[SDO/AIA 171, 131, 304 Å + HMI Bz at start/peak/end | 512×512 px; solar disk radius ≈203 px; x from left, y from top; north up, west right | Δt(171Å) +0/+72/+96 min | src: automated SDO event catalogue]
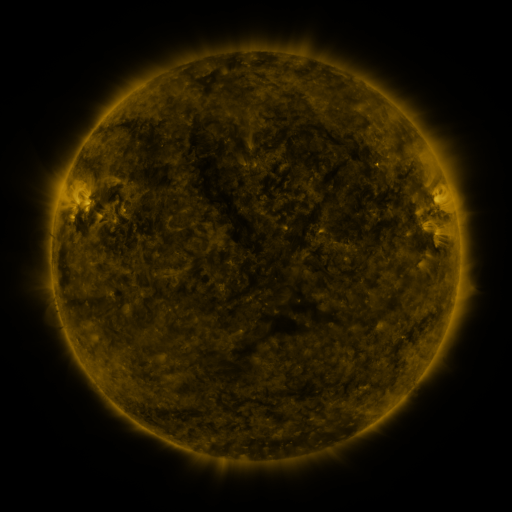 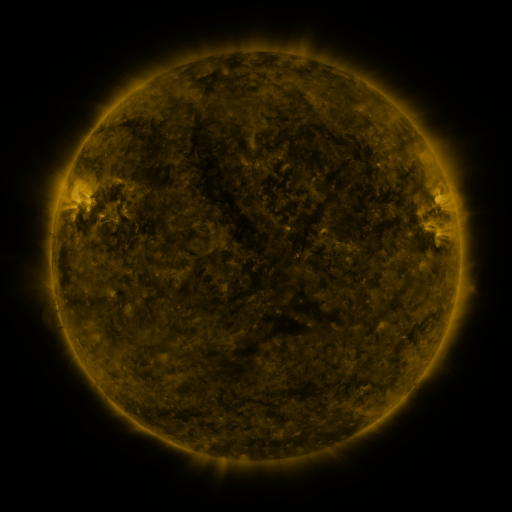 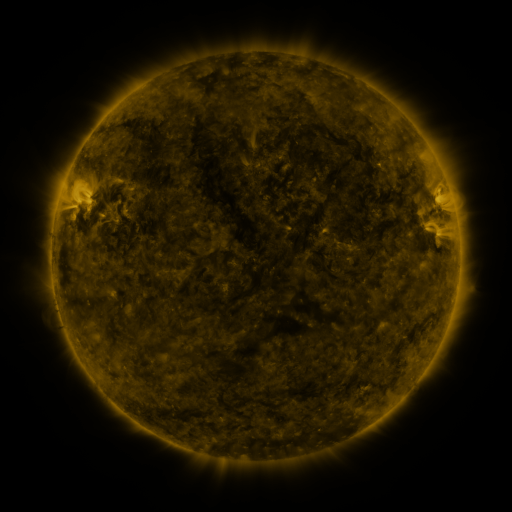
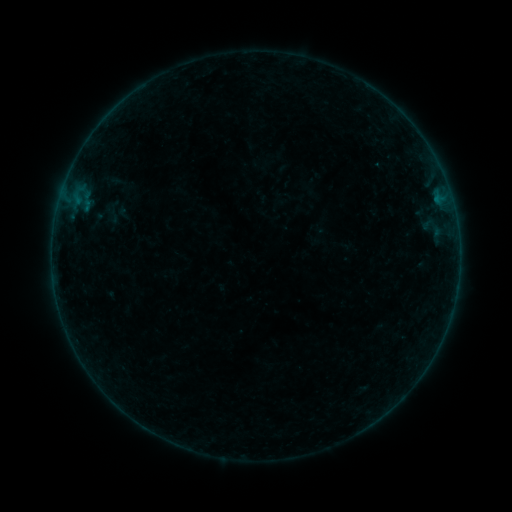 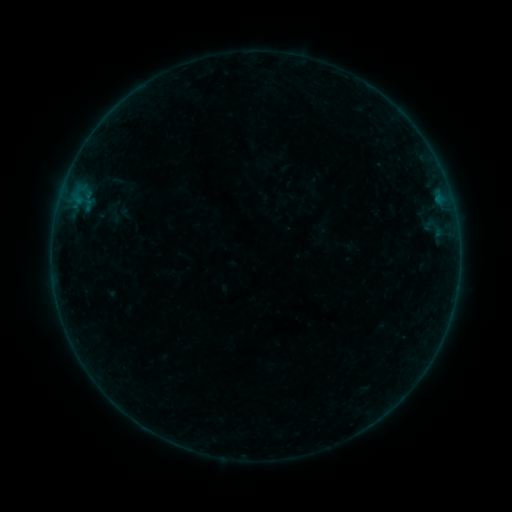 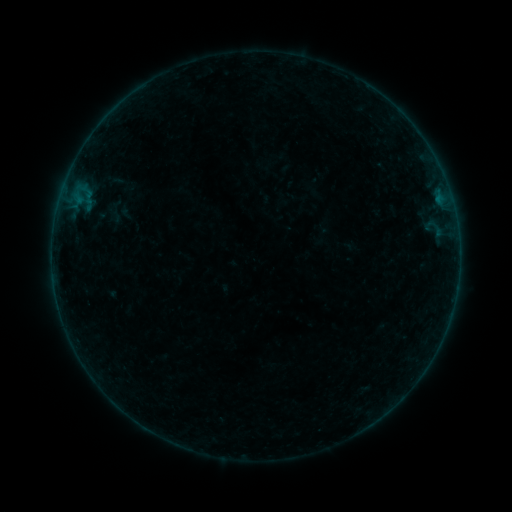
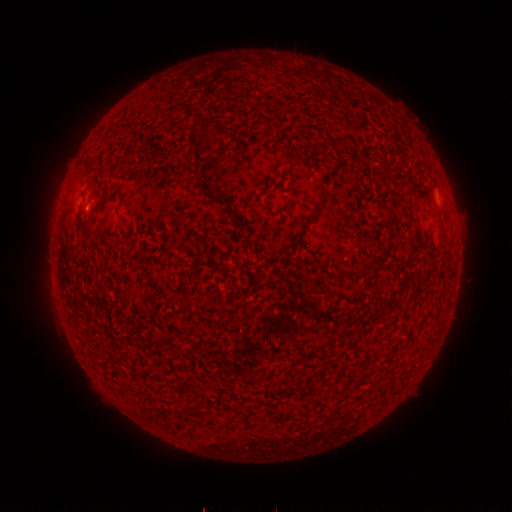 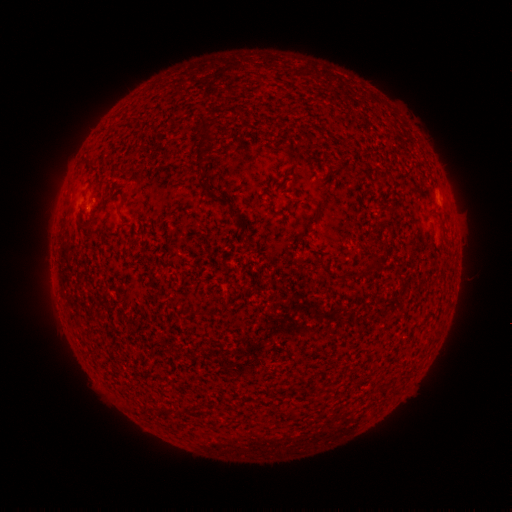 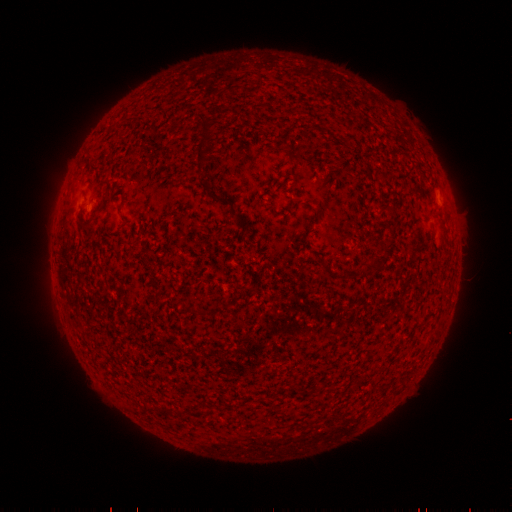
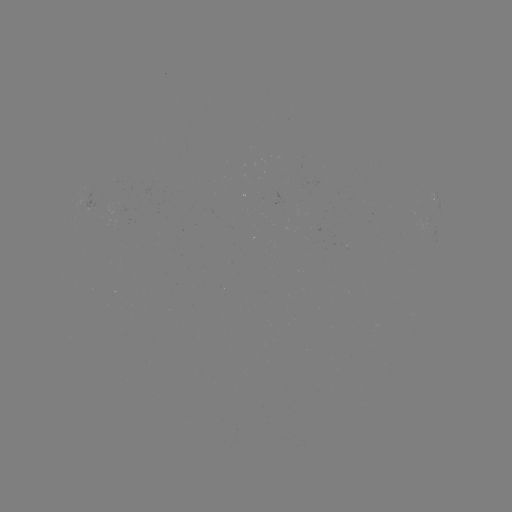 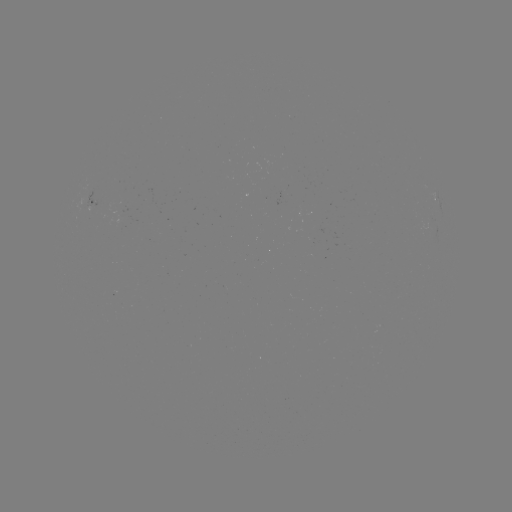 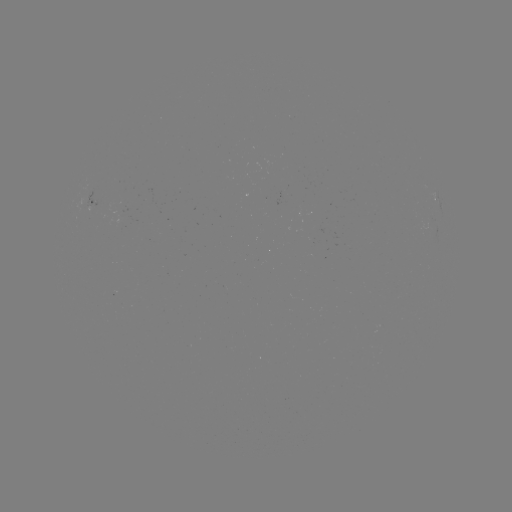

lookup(emerging-flux region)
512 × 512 (102, 205)